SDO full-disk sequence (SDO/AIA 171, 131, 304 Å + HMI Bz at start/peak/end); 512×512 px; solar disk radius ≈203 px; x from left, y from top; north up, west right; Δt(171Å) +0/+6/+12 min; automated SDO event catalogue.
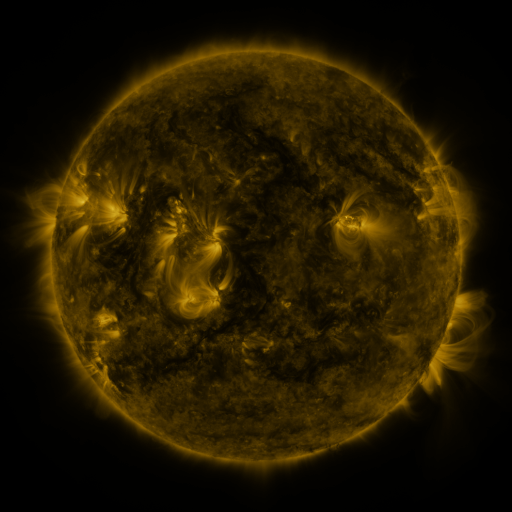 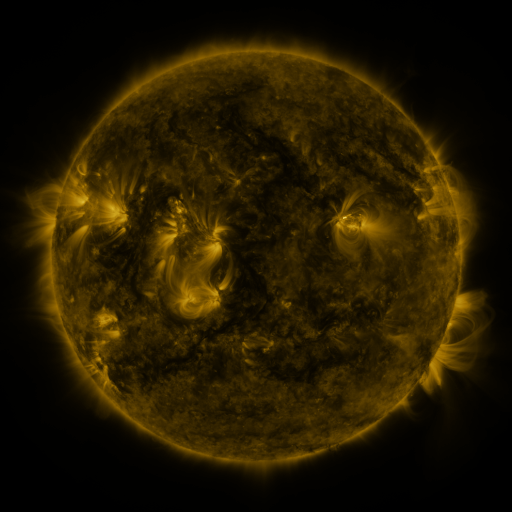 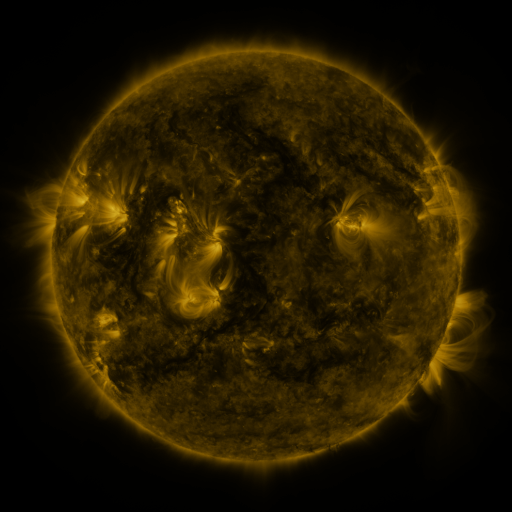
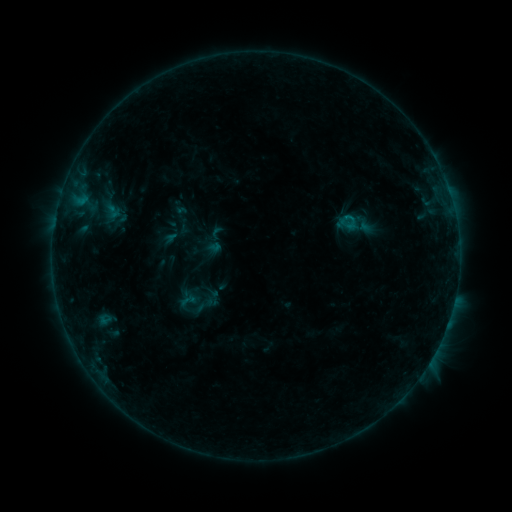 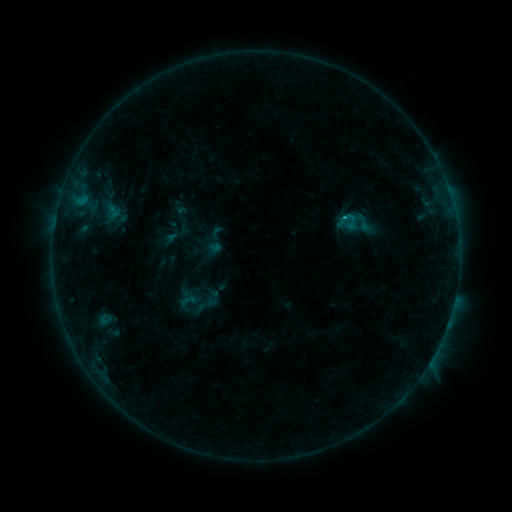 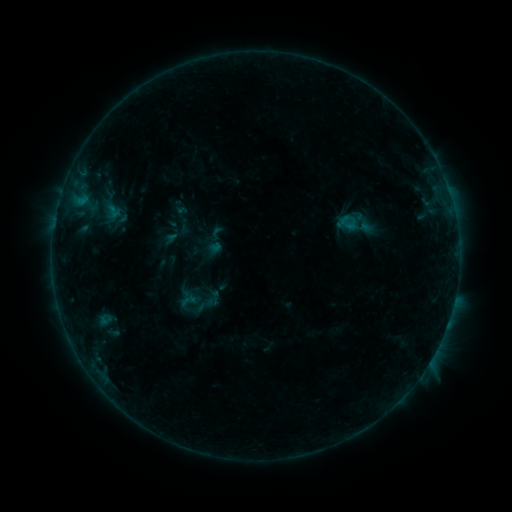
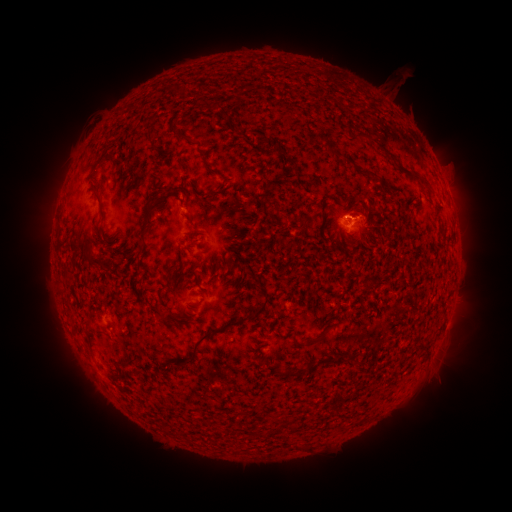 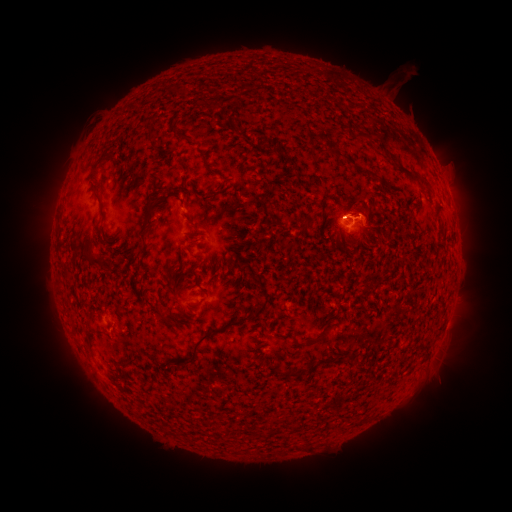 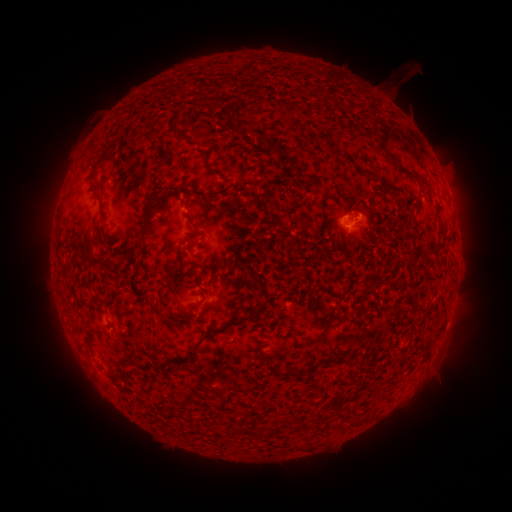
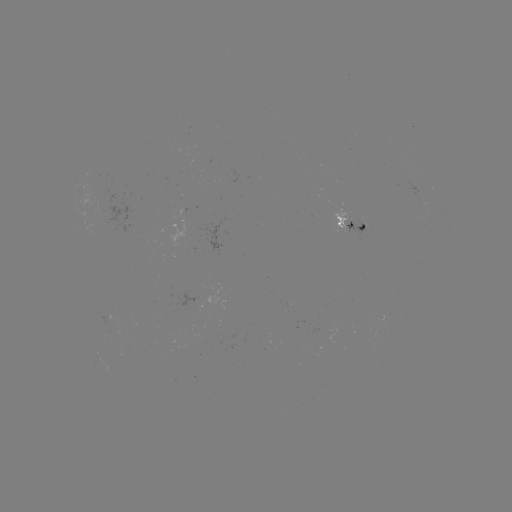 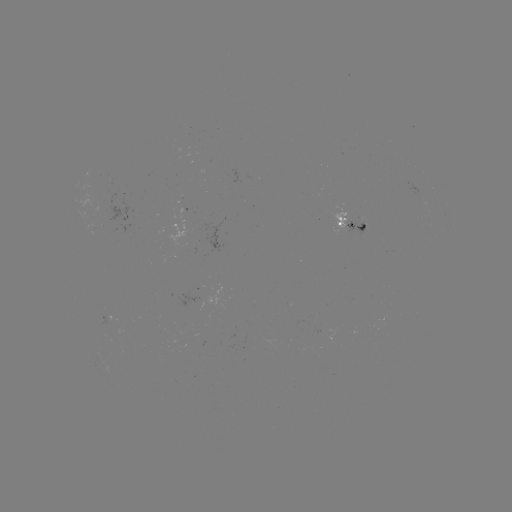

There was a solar flare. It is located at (346, 218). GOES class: B4.1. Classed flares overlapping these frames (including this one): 1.